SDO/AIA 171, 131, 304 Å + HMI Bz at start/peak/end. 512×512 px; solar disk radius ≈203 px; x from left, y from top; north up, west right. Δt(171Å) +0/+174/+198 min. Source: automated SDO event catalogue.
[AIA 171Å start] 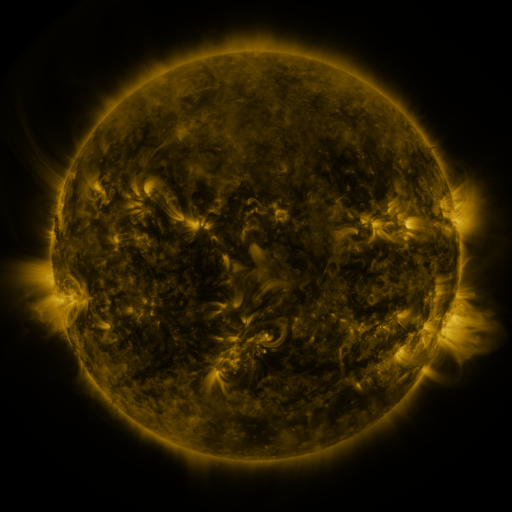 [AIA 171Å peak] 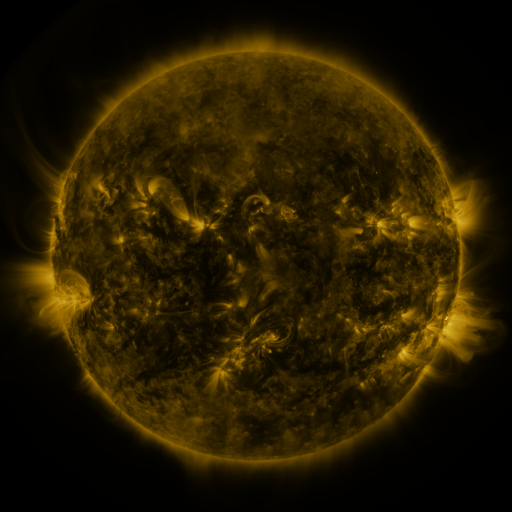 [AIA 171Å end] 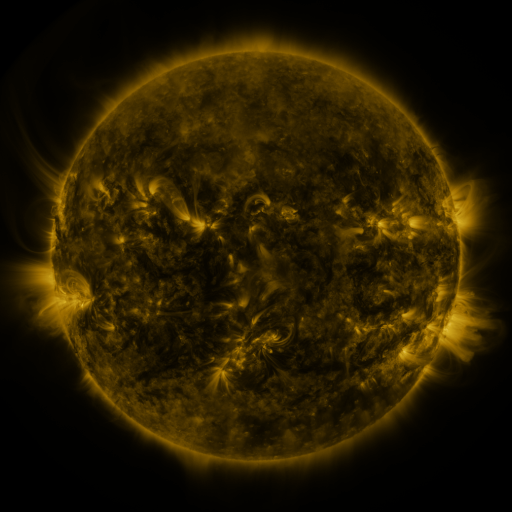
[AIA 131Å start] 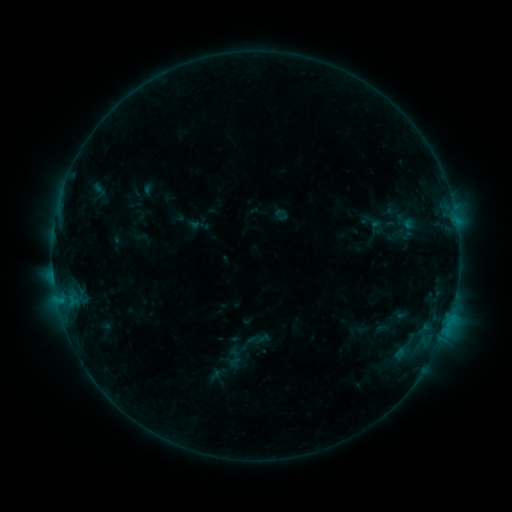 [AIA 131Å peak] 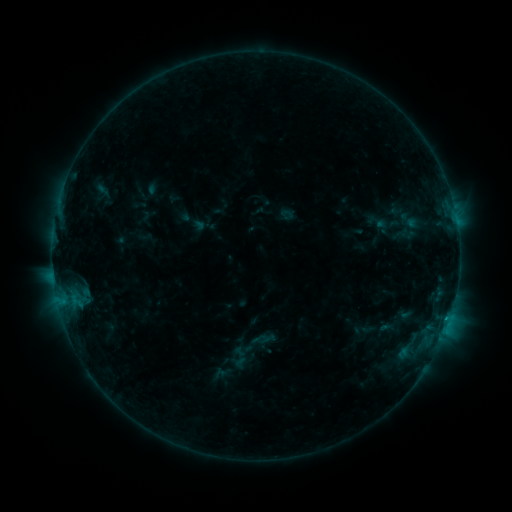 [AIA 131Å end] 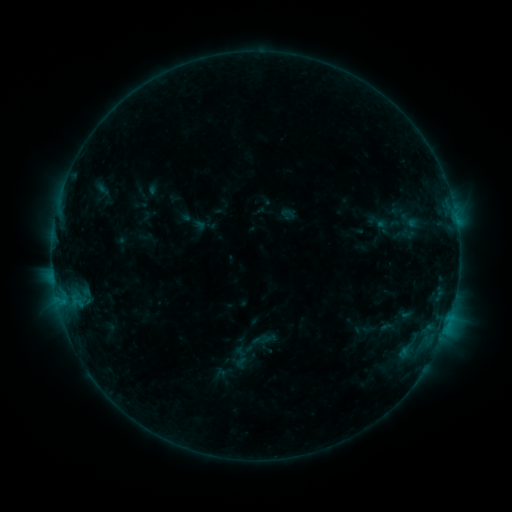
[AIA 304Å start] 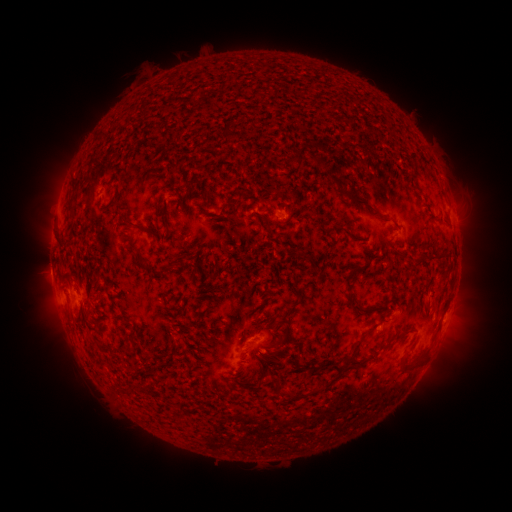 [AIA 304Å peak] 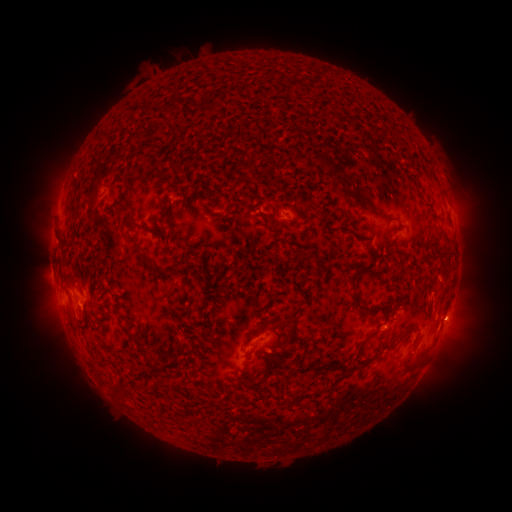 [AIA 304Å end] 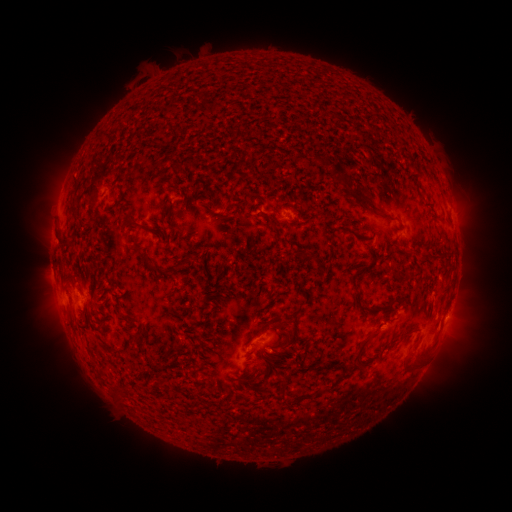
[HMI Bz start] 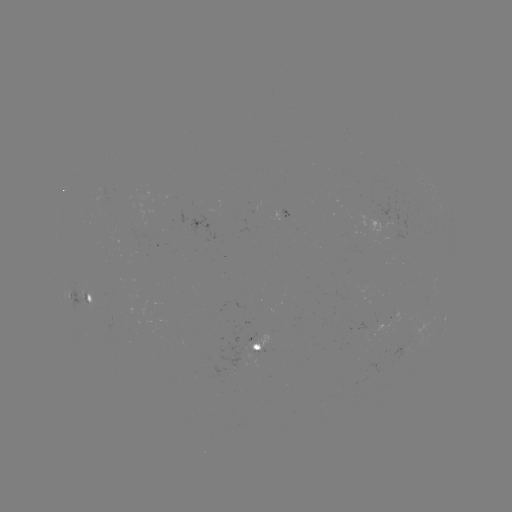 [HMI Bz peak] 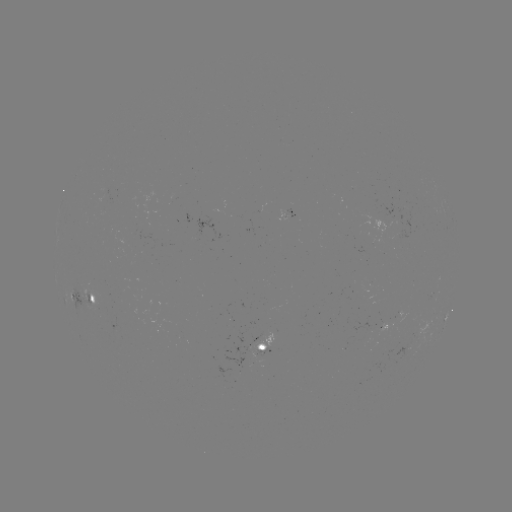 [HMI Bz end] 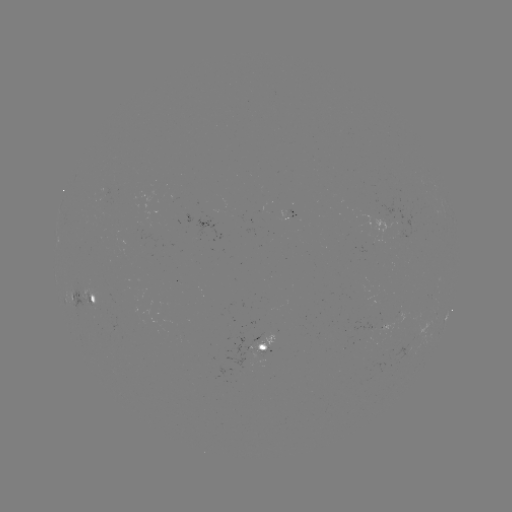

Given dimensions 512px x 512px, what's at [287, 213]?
emerging-flux region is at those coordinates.